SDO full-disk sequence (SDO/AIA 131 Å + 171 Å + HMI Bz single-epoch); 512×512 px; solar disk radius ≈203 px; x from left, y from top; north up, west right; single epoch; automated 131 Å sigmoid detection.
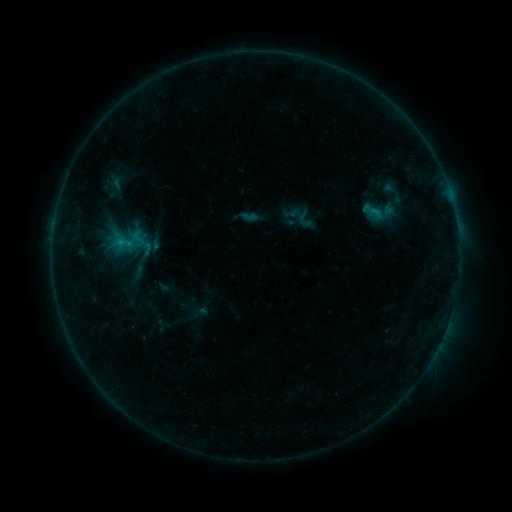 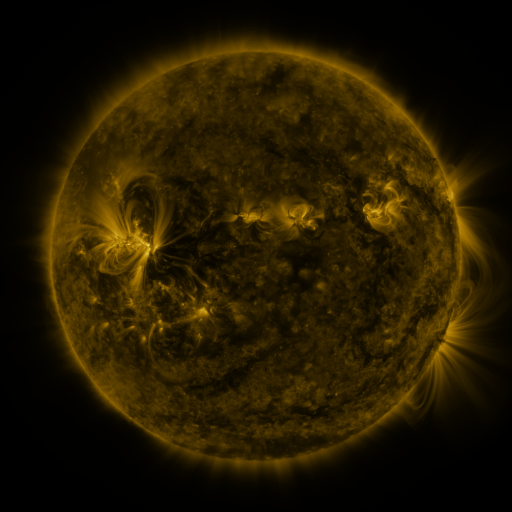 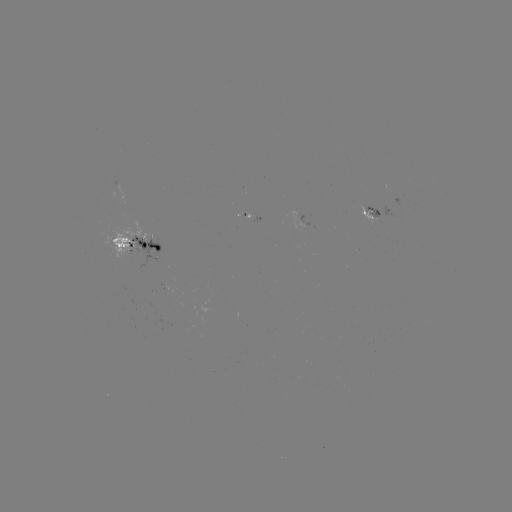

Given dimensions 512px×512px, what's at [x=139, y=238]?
sigmoid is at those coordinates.